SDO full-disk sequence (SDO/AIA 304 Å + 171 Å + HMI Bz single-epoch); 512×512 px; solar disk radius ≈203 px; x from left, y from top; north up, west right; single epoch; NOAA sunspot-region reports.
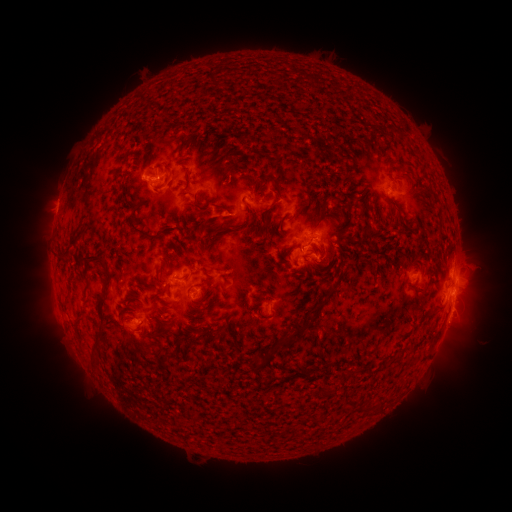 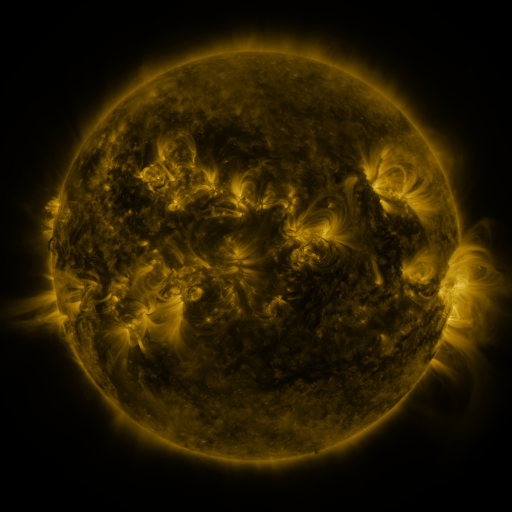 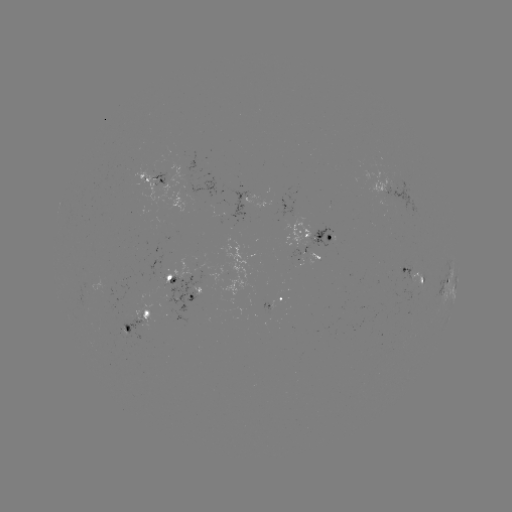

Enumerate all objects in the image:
spotted active region: (155, 179)
spotted active region: (385, 188)
spotted active region: (252, 202)
spotted active region: (315, 238)
spotted active region: (308, 252)
spotted active region: (455, 272)
spotted active region: (411, 275)
spotted active region: (175, 282)
spotted active region: (449, 288)
spotted active region: (192, 295)
spotted active region: (276, 301)
spotted active region: (451, 311)
spotted active region: (142, 323)
